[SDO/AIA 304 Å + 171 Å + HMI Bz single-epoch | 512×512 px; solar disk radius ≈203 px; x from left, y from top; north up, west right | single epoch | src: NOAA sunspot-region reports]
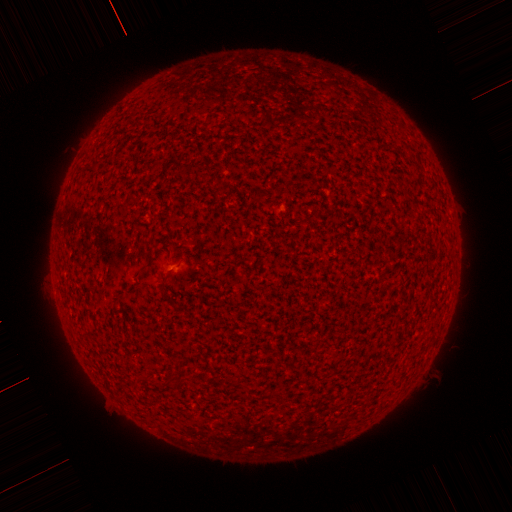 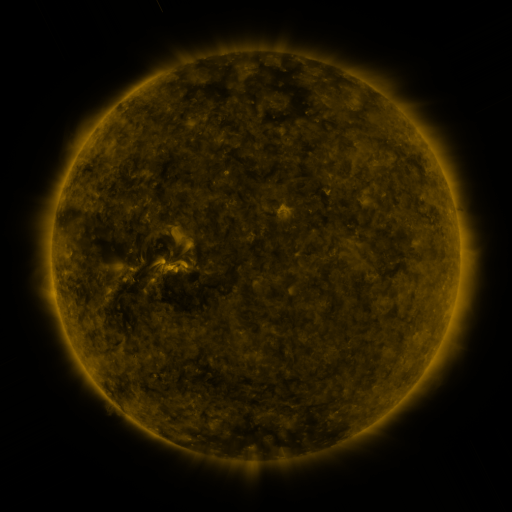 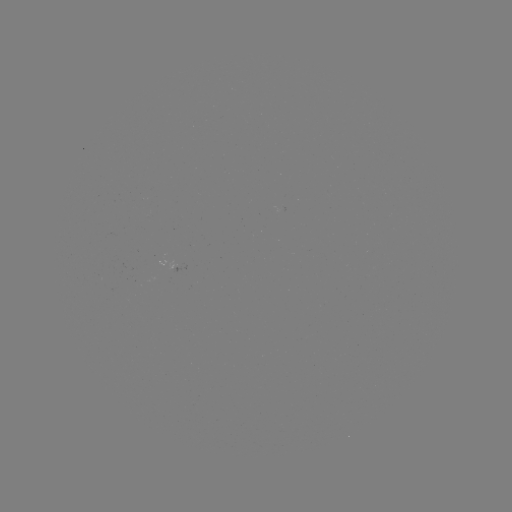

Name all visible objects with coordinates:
(none)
